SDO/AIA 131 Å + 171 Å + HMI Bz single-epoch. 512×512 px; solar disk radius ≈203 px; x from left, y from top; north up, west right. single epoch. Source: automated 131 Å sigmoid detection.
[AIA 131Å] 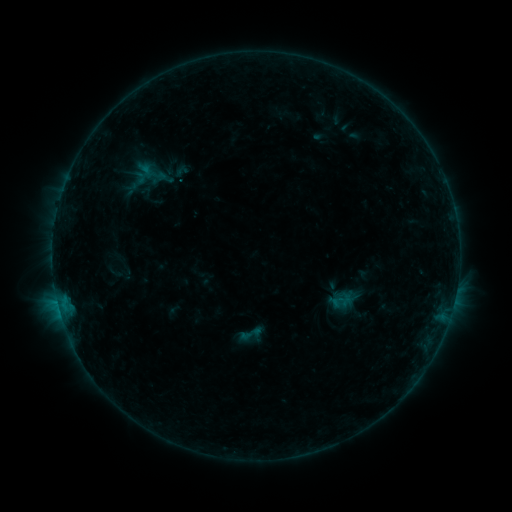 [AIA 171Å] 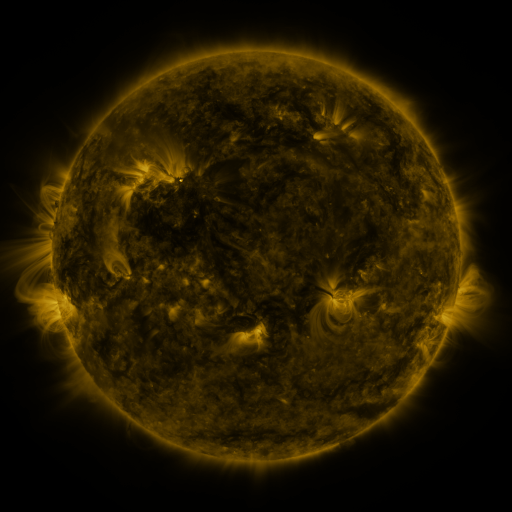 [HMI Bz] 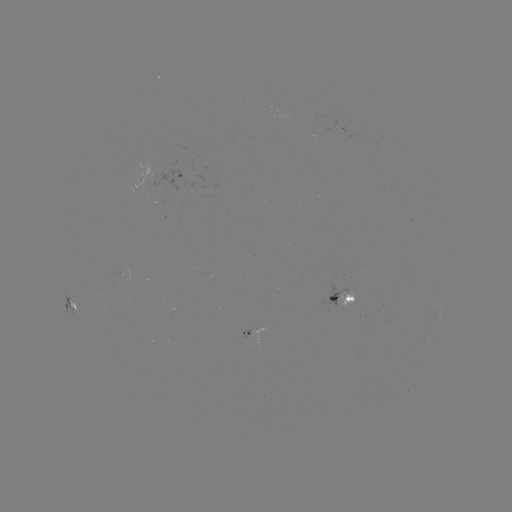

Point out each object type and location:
sigmoid: (251, 333)
